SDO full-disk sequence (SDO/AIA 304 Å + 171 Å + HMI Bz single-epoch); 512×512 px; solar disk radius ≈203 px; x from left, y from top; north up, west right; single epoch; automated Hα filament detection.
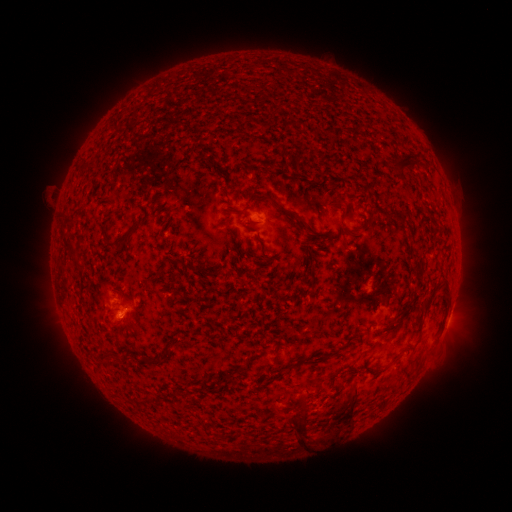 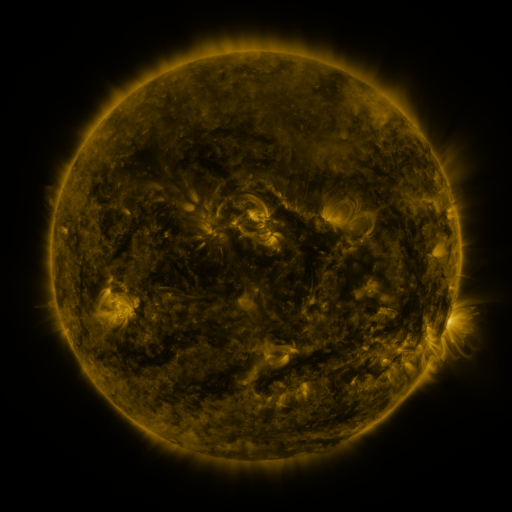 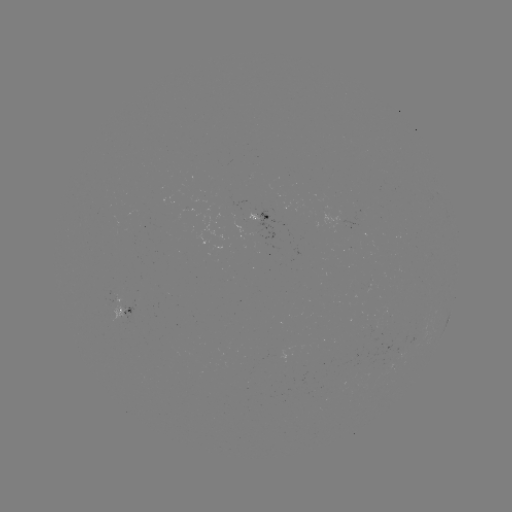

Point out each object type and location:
filament: [248, 132, 265, 143]
filament: [389, 151, 416, 176]
filament: [259, 162, 268, 171]
filament: [253, 192, 308, 227]
filament: [383, 209, 396, 219]
filament: [397, 211, 407, 223]
filament: [63, 220, 76, 227]
filament: [101, 224, 141, 252]
filament: [341, 225, 363, 237]
filament: [312, 229, 324, 236]
filament: [63, 240, 84, 272]
filament: [295, 240, 311, 253]
filament: [171, 259, 196, 270]
filament: [438, 274, 450, 300]
filament: [421, 281, 439, 311]
filament: [335, 328, 363, 353]
filament: [295, 354, 311, 368]
filament: [345, 405, 355, 418]
